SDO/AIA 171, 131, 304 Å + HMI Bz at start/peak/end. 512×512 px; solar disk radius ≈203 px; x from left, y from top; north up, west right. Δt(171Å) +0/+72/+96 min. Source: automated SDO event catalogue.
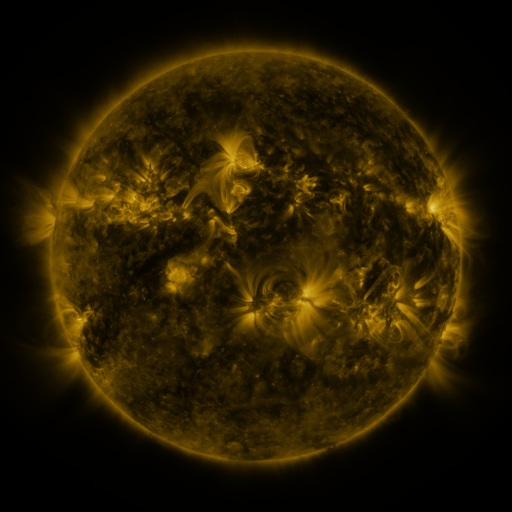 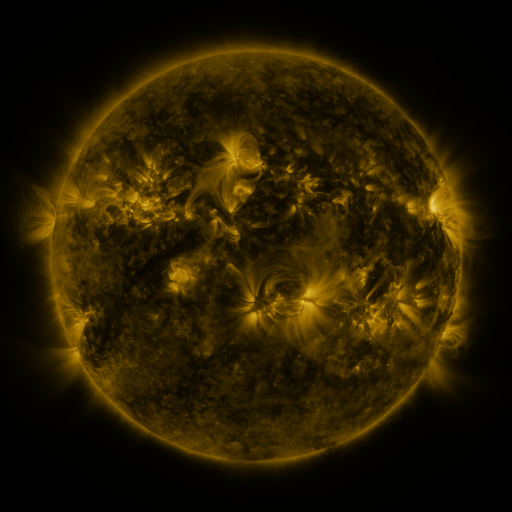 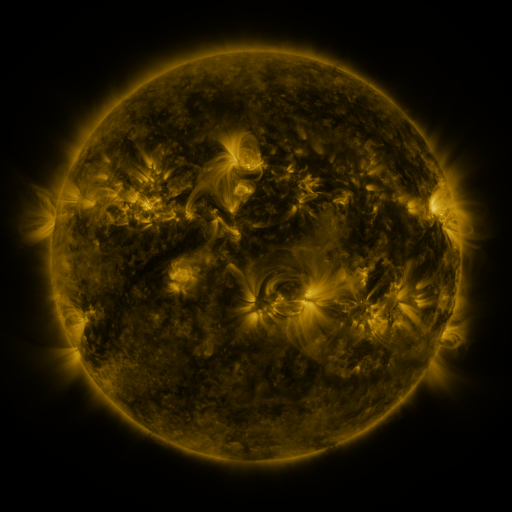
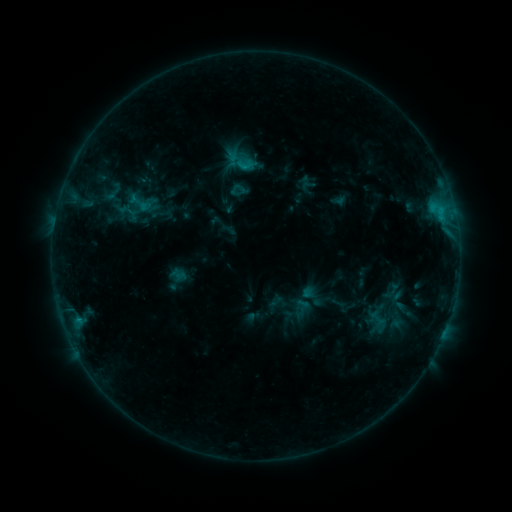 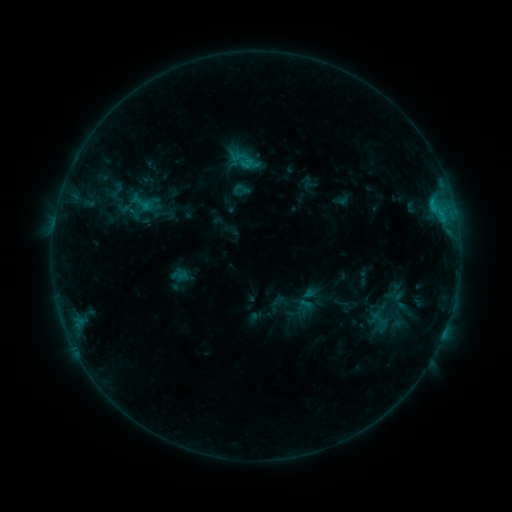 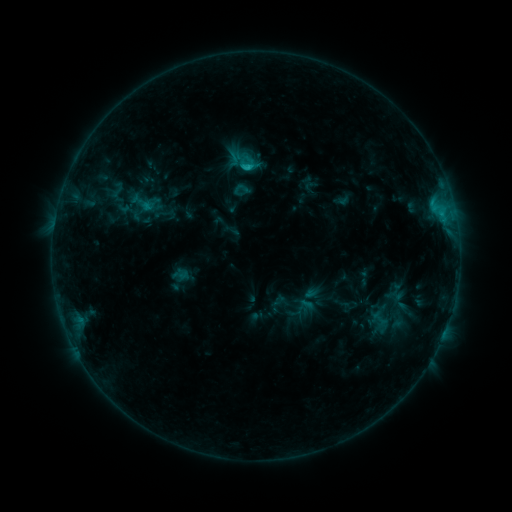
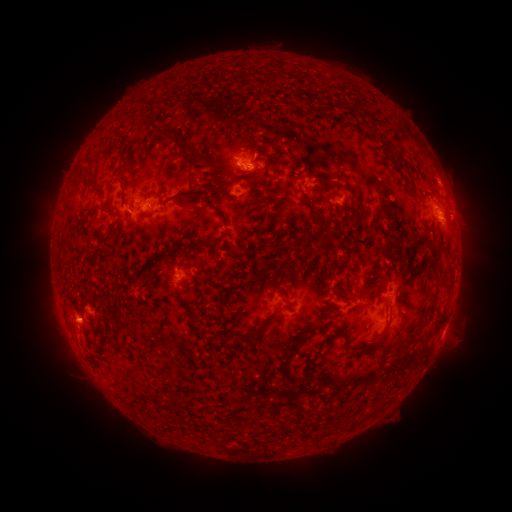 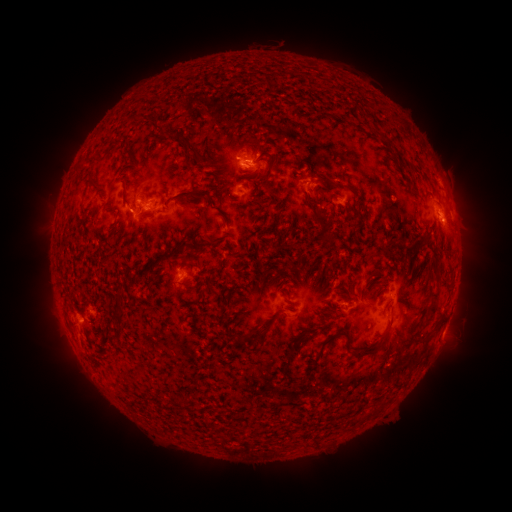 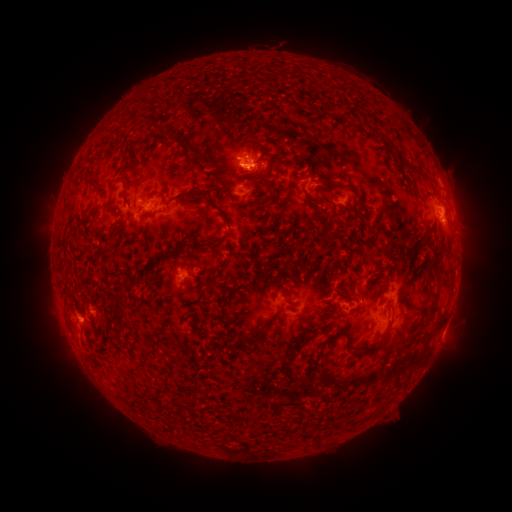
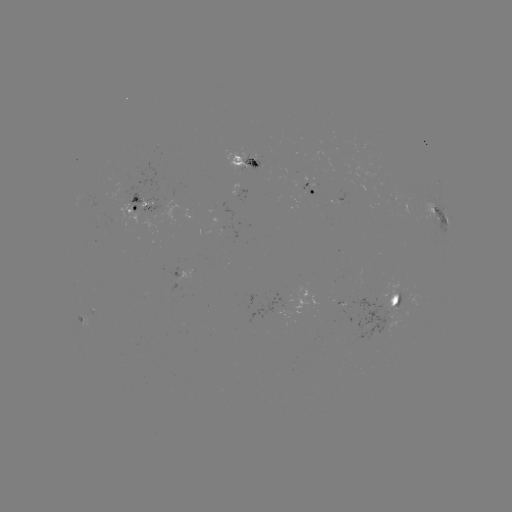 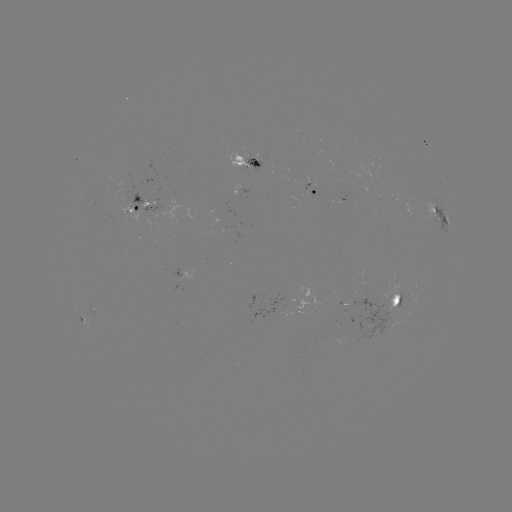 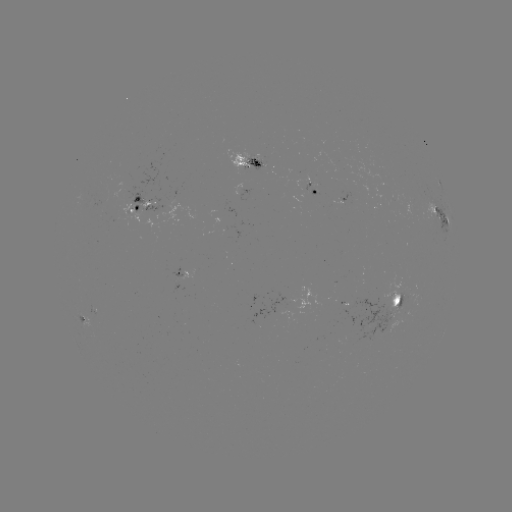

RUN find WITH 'emerging-flux region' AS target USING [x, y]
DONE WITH [242, 164] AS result